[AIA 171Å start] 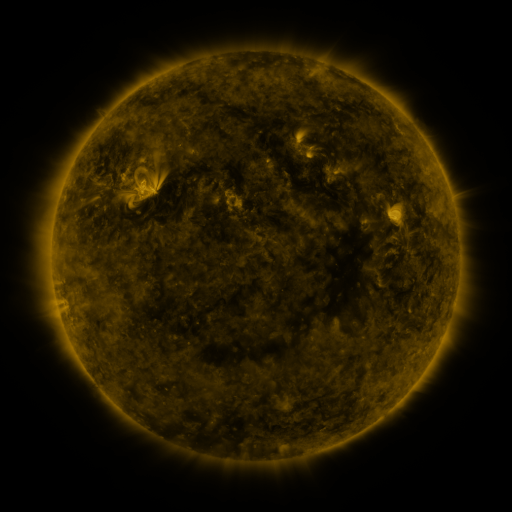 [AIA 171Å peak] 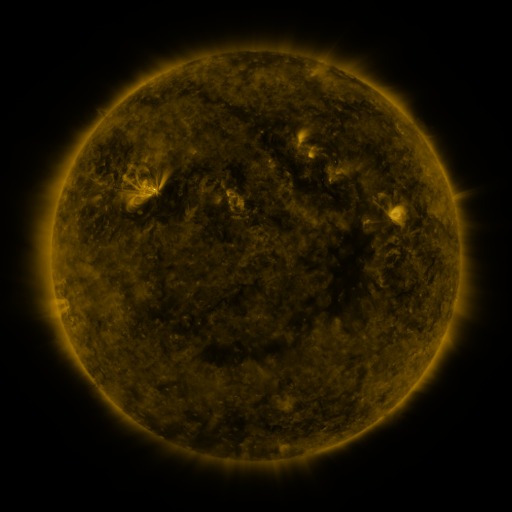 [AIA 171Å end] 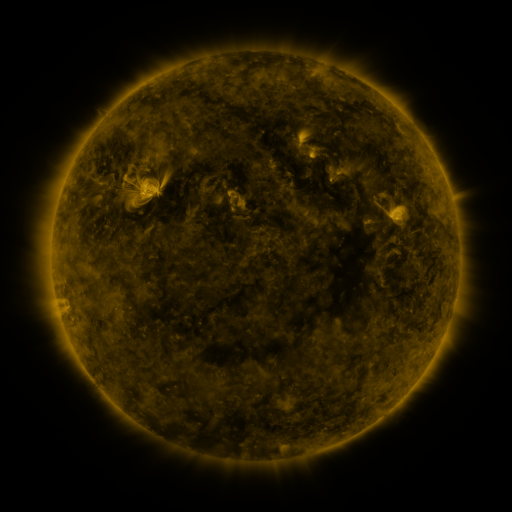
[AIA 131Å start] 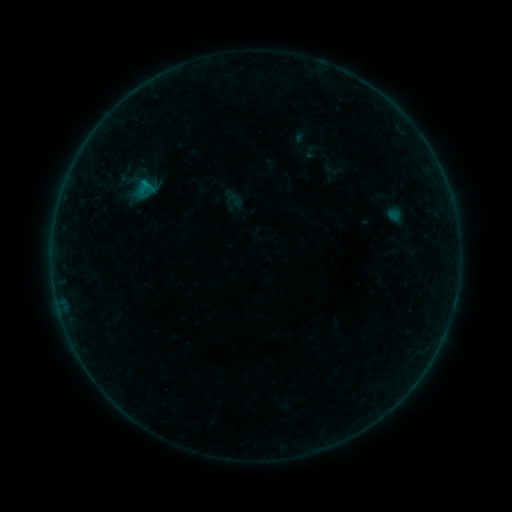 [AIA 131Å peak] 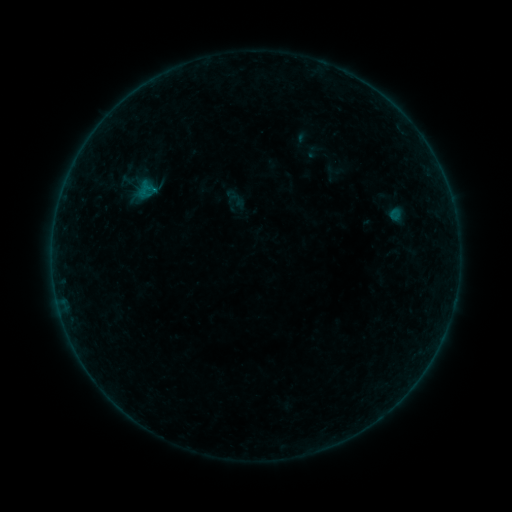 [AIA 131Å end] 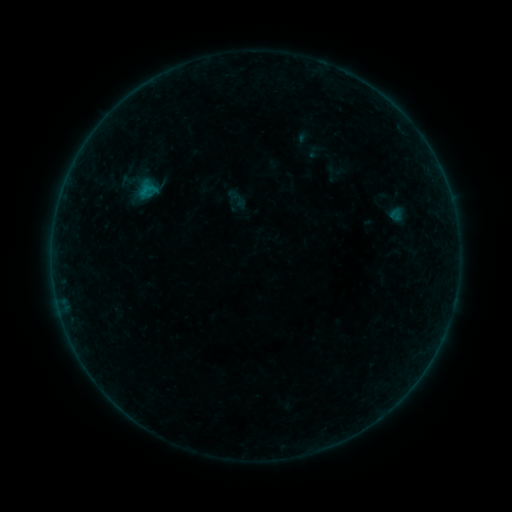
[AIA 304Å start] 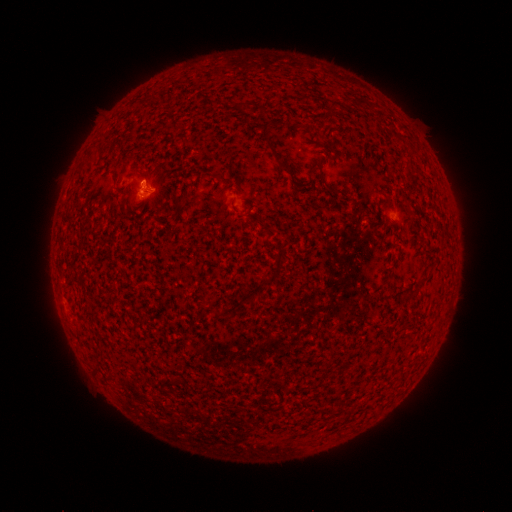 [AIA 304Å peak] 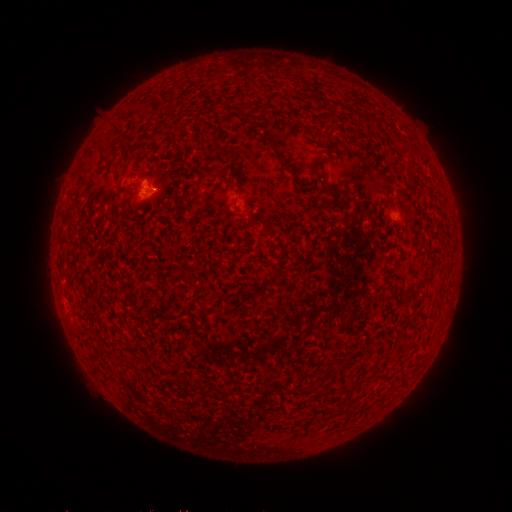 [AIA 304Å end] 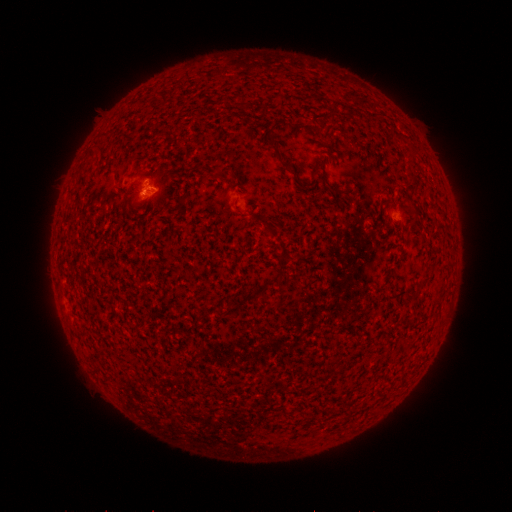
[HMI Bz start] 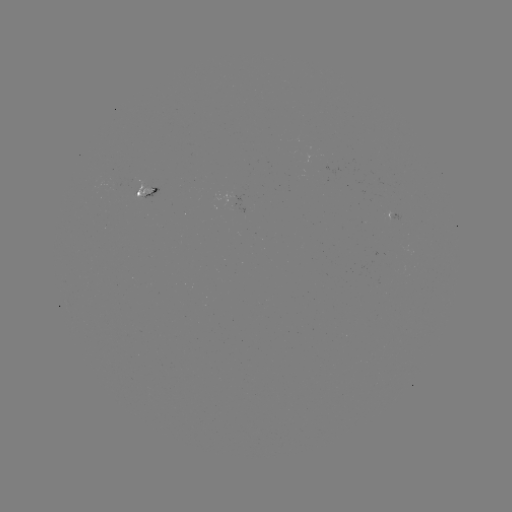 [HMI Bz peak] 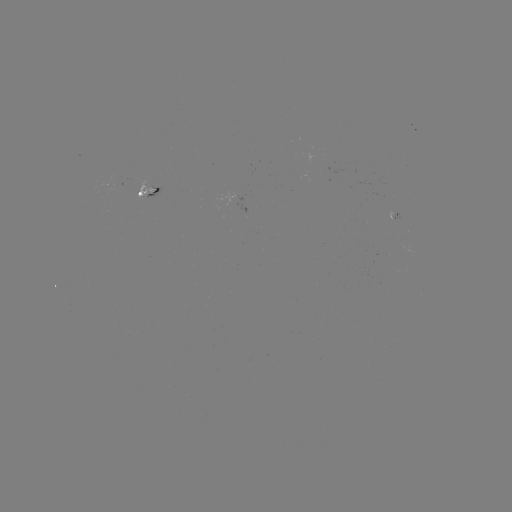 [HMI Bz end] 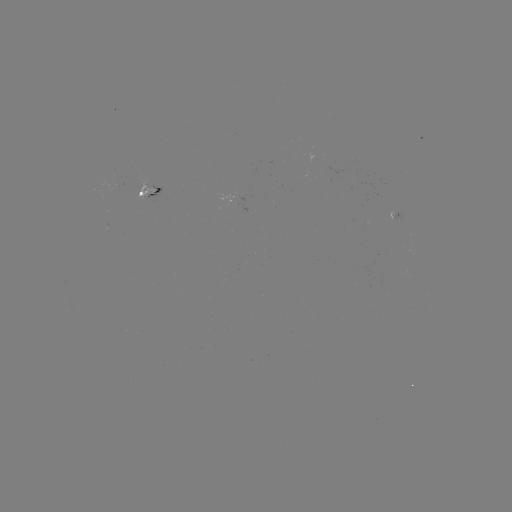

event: emerging-flux region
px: (116, 186)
